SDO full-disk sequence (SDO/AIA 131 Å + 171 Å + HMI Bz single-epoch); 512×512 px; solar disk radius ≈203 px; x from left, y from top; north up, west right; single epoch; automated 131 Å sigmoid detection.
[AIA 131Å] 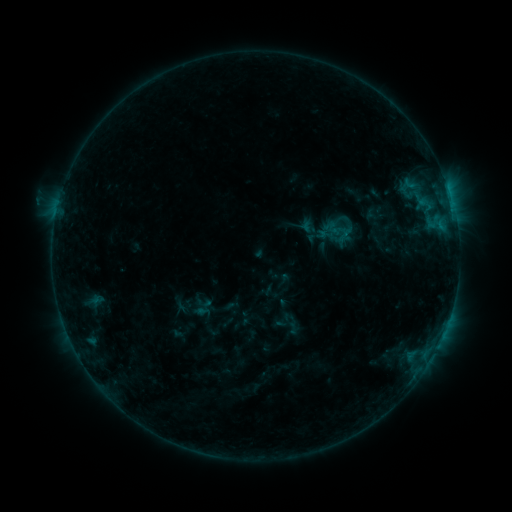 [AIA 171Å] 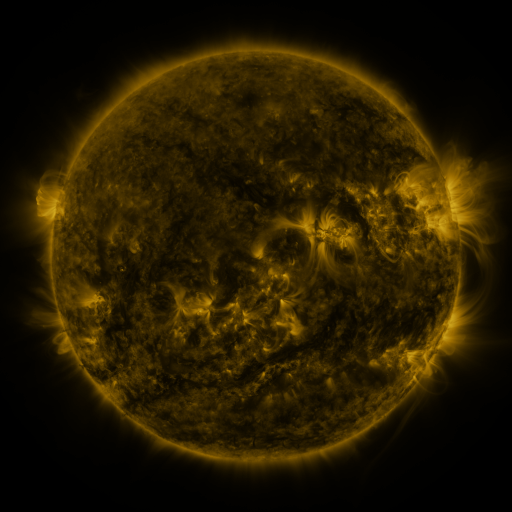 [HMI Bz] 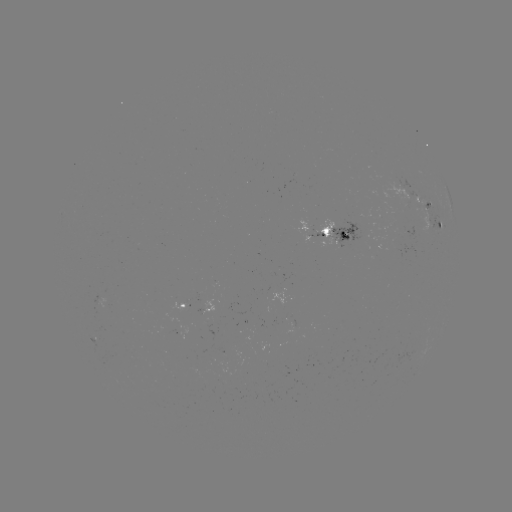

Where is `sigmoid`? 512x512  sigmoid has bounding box [332, 211, 354, 230].